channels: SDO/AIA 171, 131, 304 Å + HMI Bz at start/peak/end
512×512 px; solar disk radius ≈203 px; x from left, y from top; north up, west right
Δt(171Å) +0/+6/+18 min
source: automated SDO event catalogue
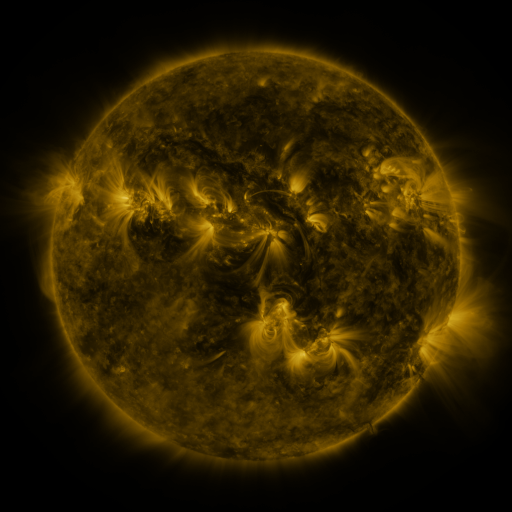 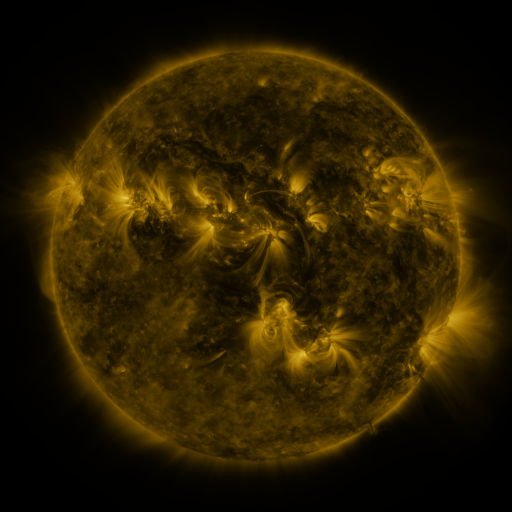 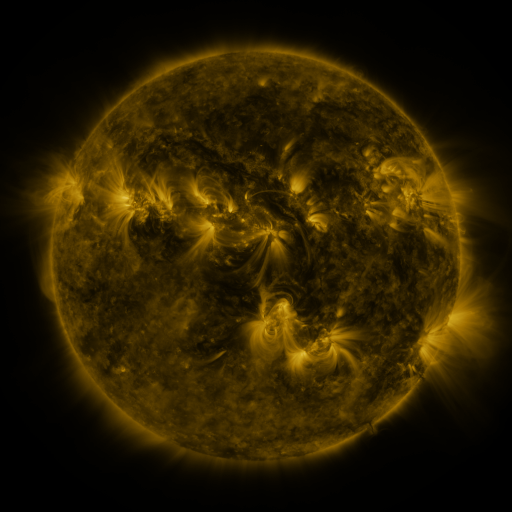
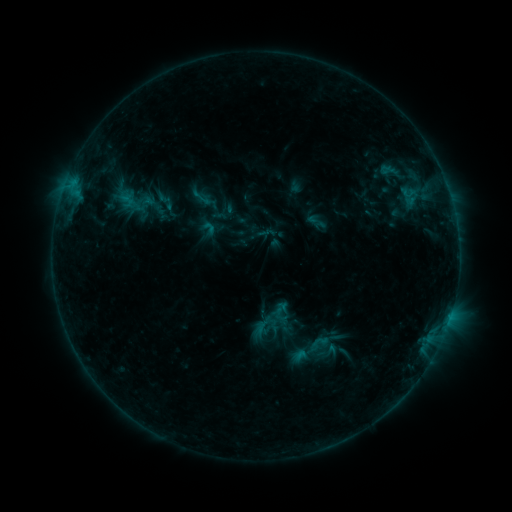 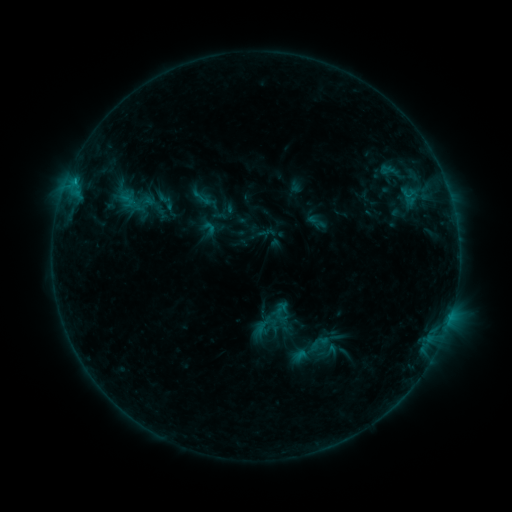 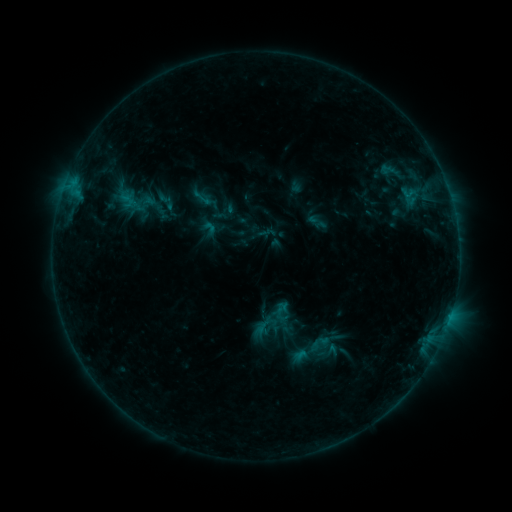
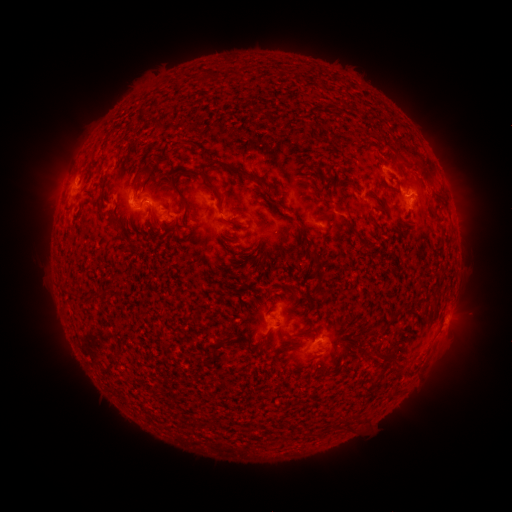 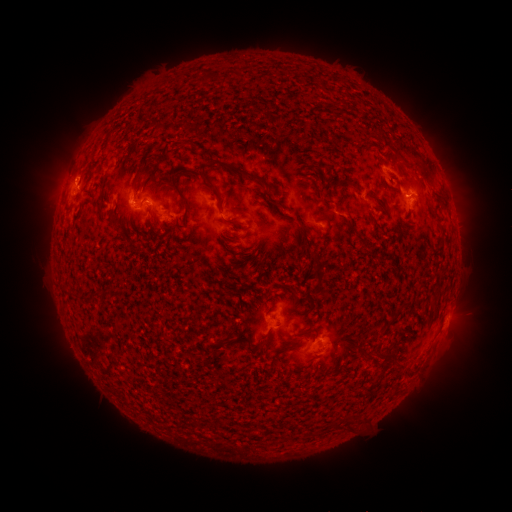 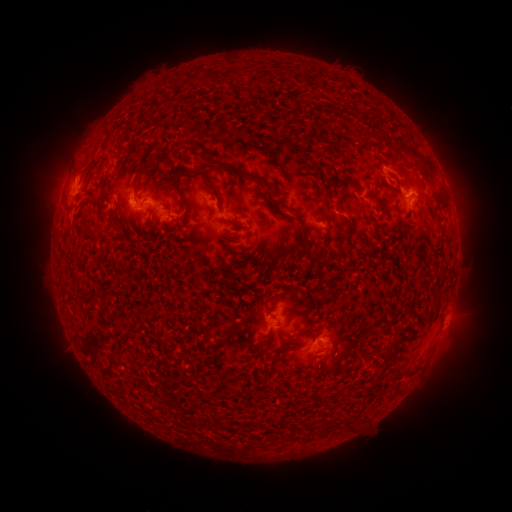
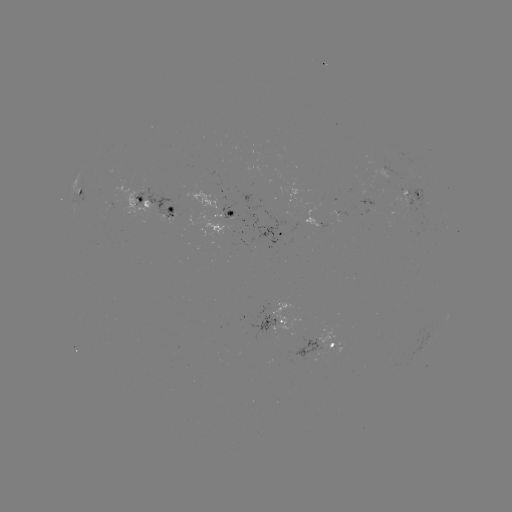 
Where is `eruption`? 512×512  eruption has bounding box [26, 128, 95, 224].